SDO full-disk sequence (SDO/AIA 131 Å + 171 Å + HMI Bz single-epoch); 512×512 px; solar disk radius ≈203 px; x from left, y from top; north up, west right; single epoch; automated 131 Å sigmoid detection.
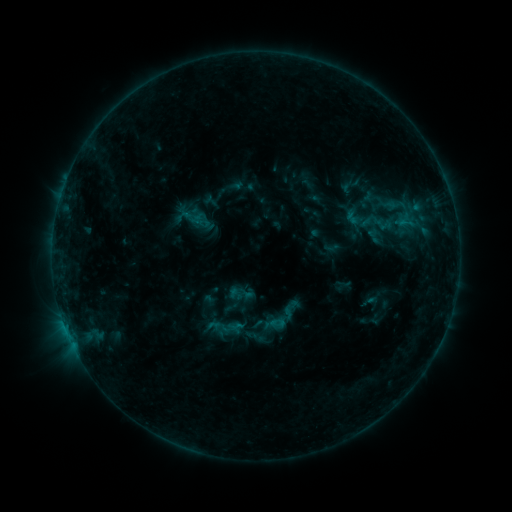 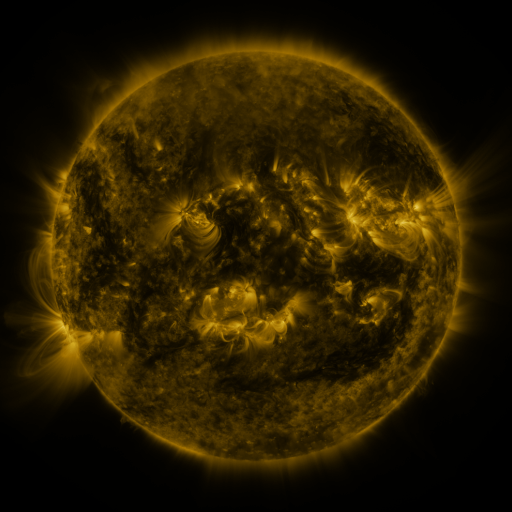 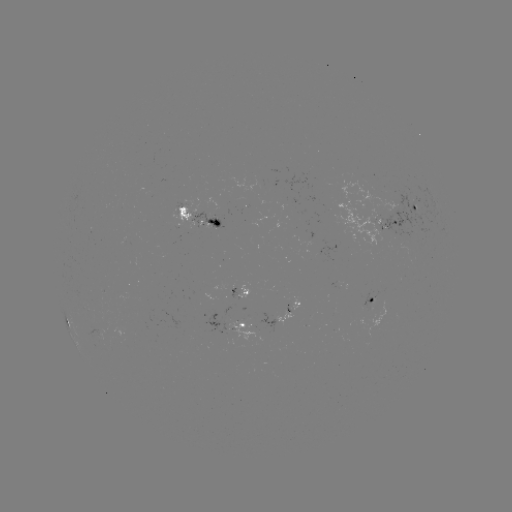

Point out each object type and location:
sigmoid: (191, 215)
sigmoid: (379, 222)
